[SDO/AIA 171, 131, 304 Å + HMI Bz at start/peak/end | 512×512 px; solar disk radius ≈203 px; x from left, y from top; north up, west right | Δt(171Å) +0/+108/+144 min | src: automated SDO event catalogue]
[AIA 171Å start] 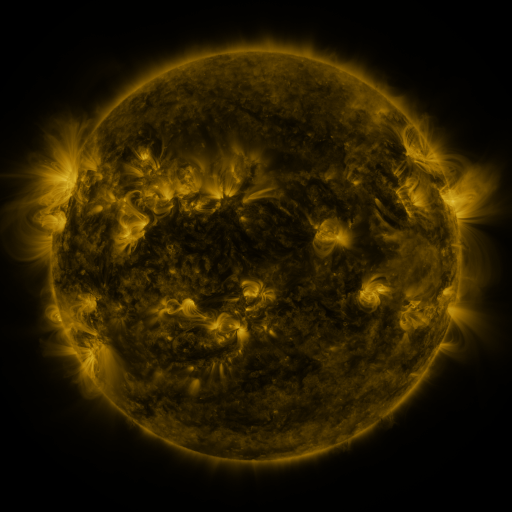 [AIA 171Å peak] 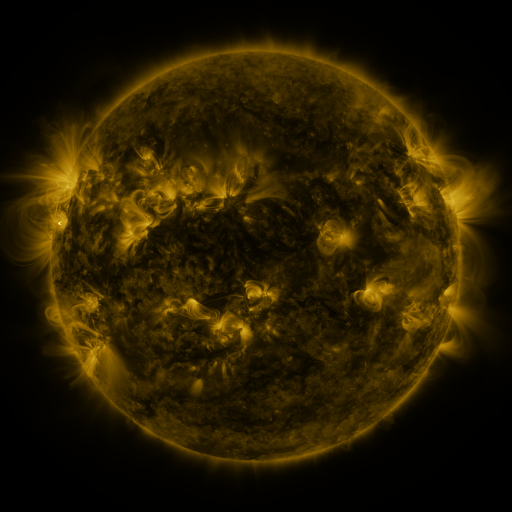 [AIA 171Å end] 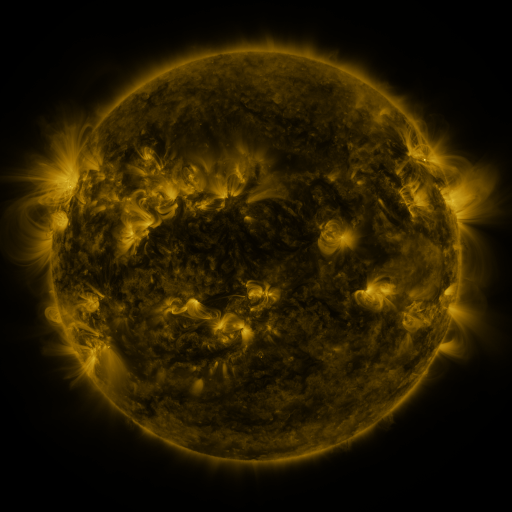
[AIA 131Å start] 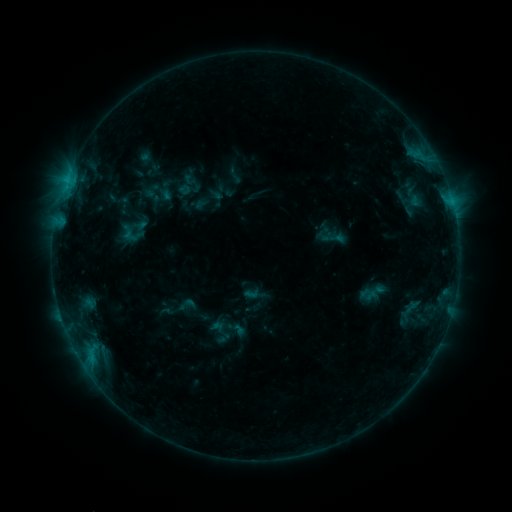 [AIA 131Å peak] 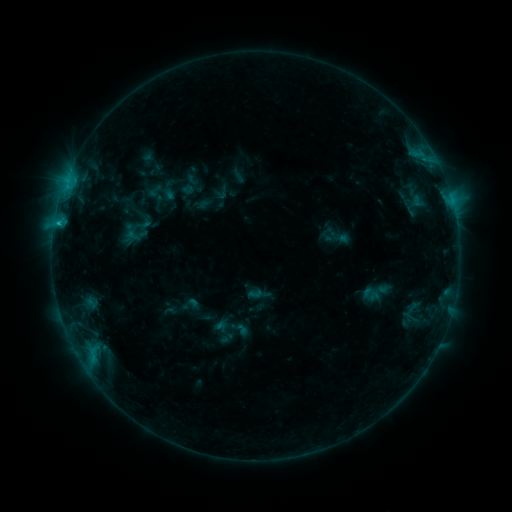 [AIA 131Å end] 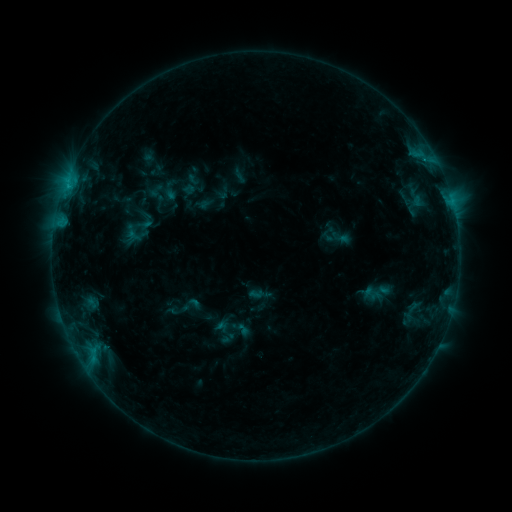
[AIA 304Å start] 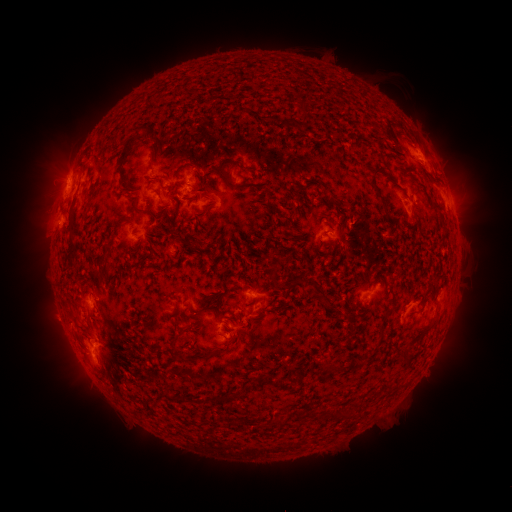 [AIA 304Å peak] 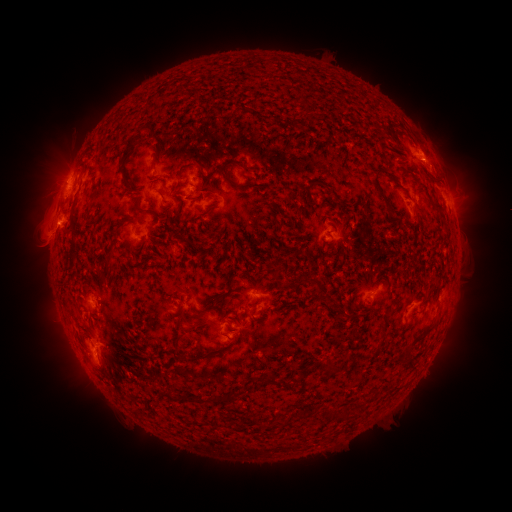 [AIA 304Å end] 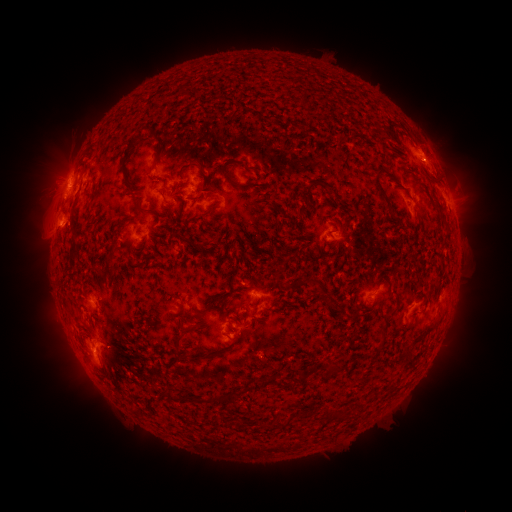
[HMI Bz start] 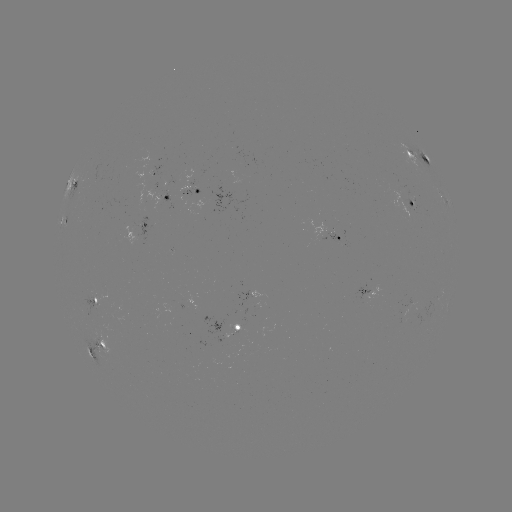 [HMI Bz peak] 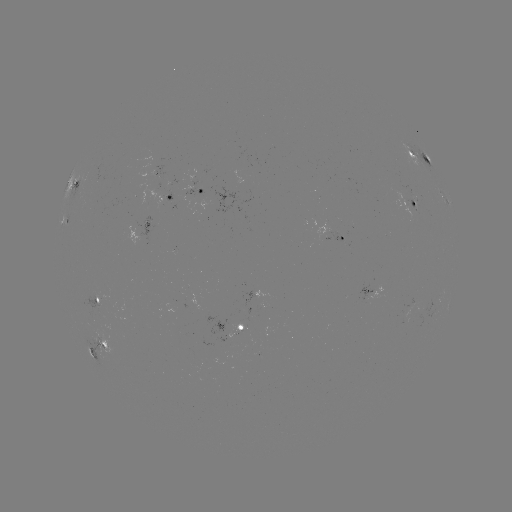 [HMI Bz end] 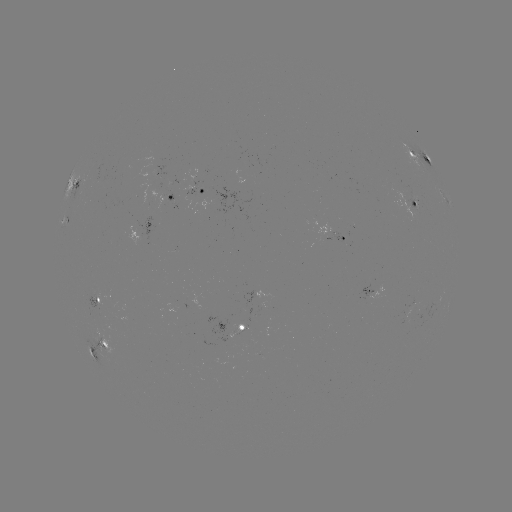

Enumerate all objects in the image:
emerging-flux region: (409, 308)
